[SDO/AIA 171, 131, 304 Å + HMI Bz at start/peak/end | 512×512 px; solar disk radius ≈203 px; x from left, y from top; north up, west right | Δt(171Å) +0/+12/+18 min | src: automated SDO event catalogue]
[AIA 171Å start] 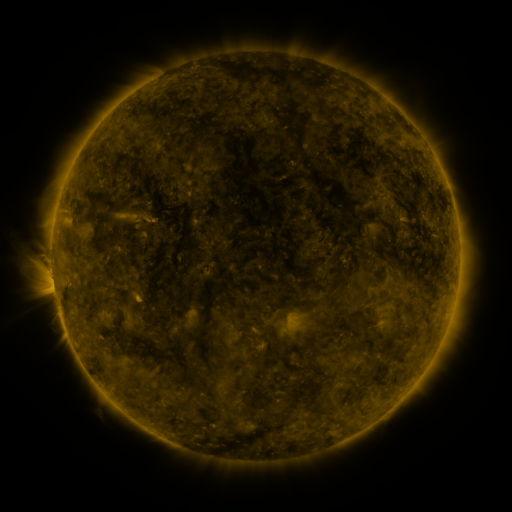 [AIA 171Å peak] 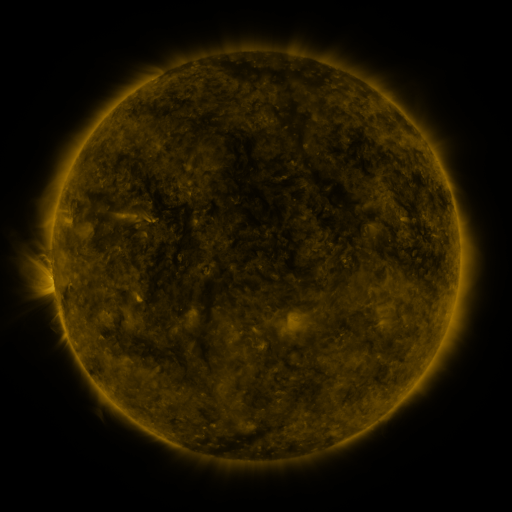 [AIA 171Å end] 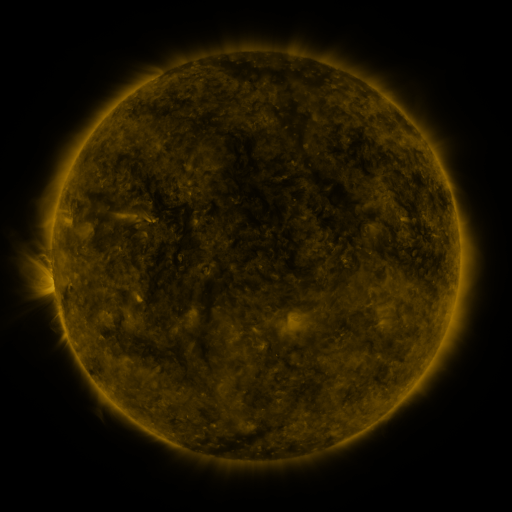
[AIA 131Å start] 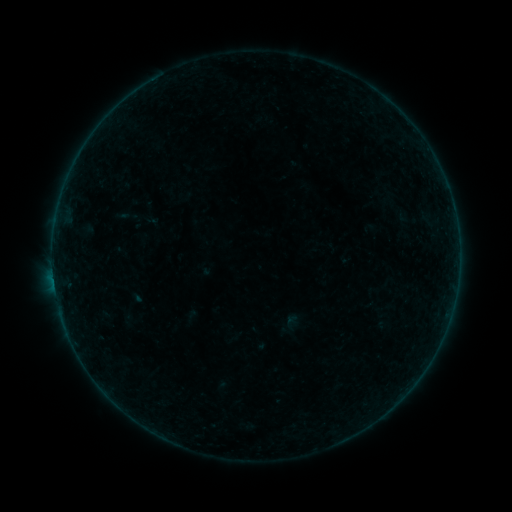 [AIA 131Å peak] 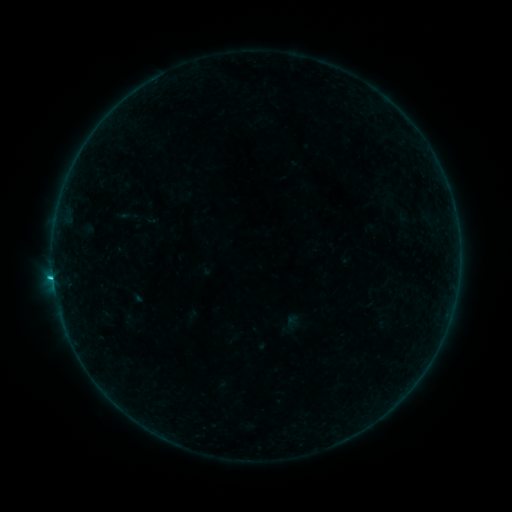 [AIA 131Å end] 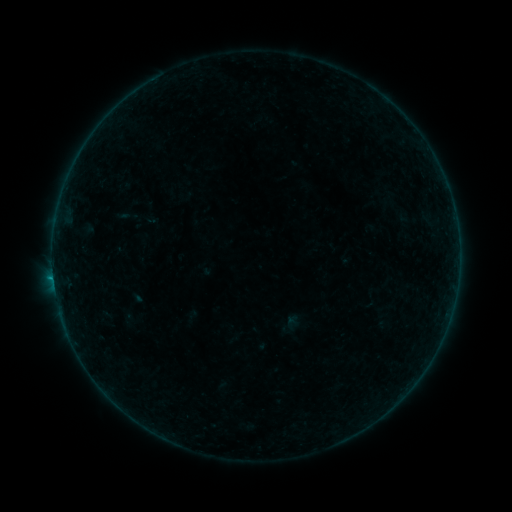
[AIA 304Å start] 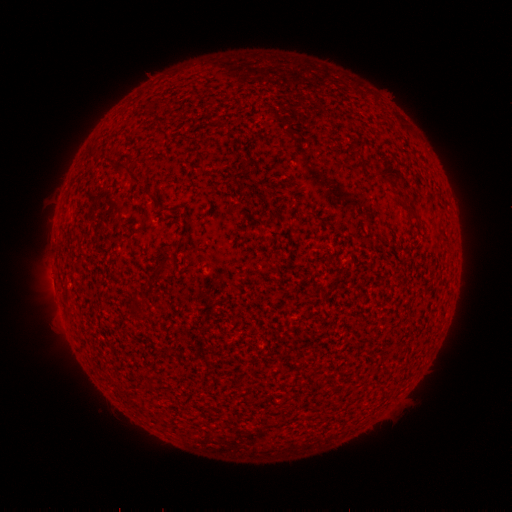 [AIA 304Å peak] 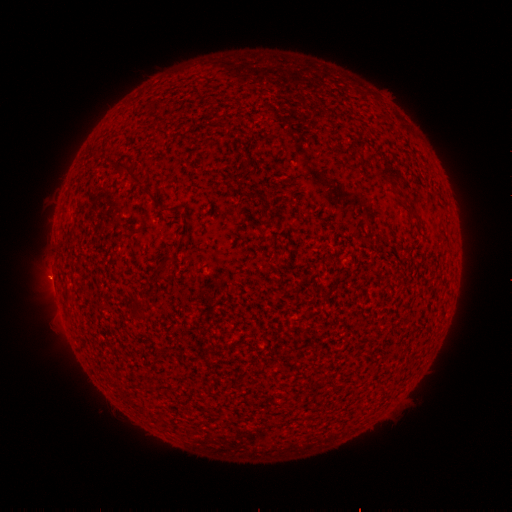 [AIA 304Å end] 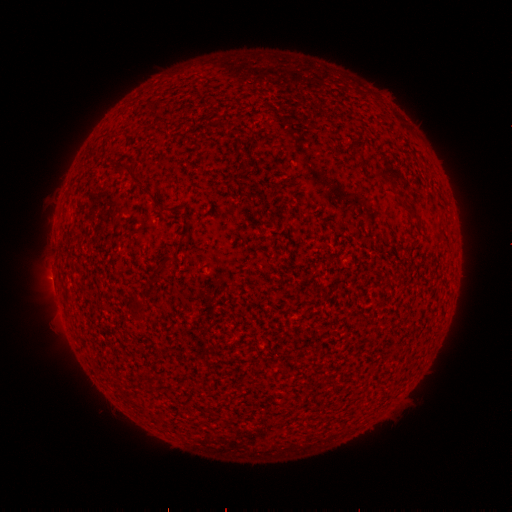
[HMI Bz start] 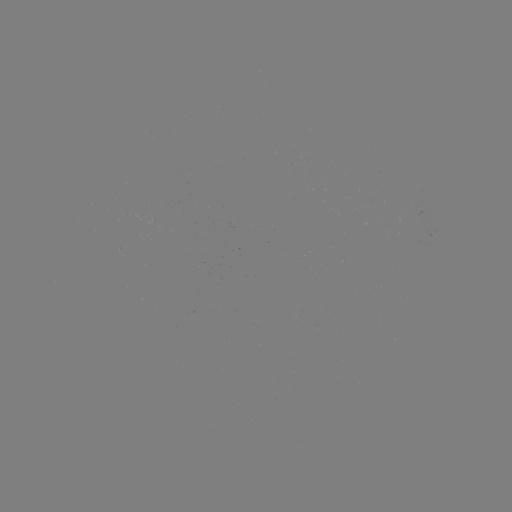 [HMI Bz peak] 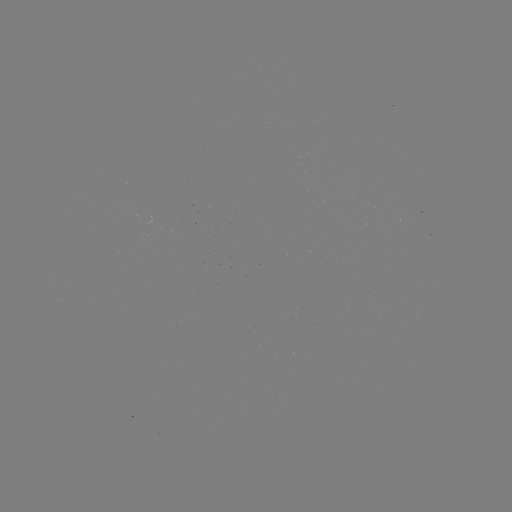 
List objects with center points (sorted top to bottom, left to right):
B7.5 flare: (53, 277)
